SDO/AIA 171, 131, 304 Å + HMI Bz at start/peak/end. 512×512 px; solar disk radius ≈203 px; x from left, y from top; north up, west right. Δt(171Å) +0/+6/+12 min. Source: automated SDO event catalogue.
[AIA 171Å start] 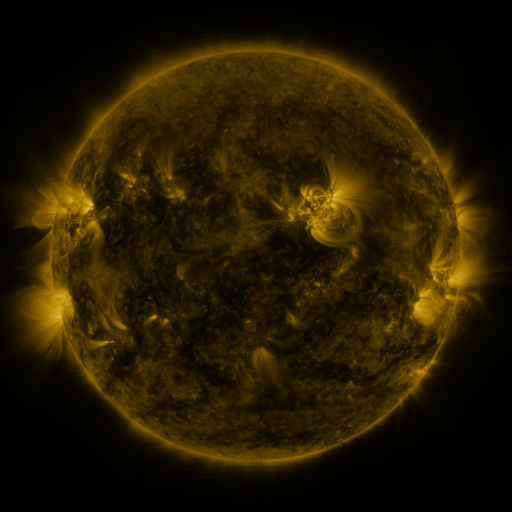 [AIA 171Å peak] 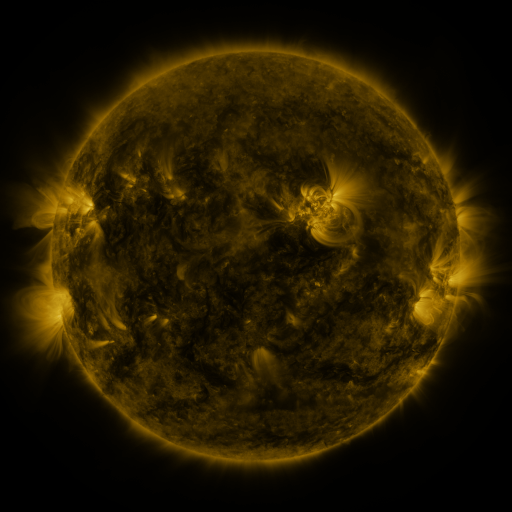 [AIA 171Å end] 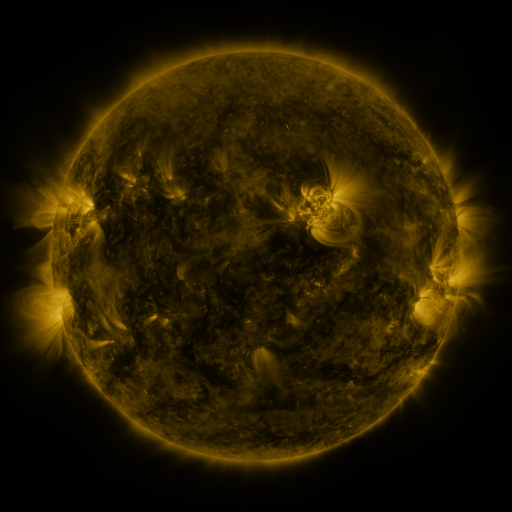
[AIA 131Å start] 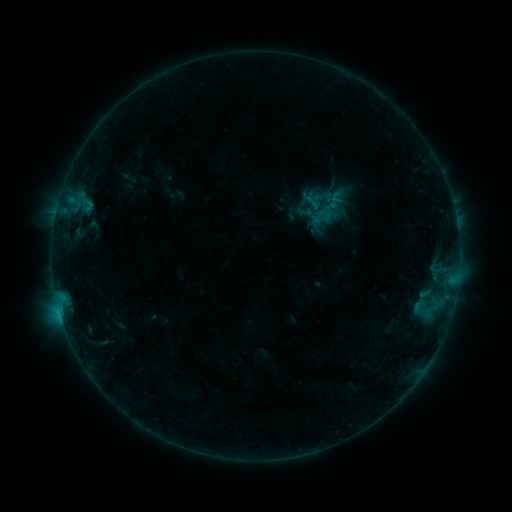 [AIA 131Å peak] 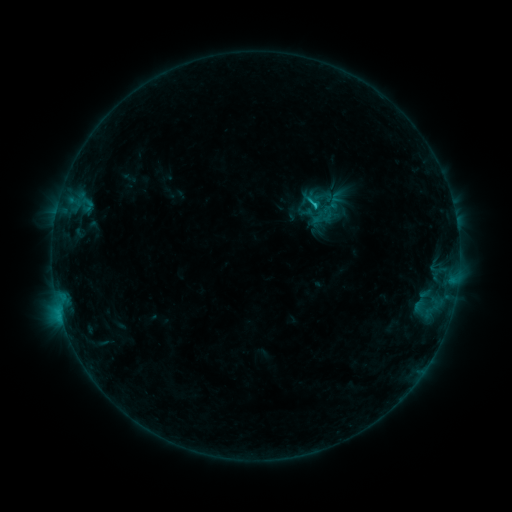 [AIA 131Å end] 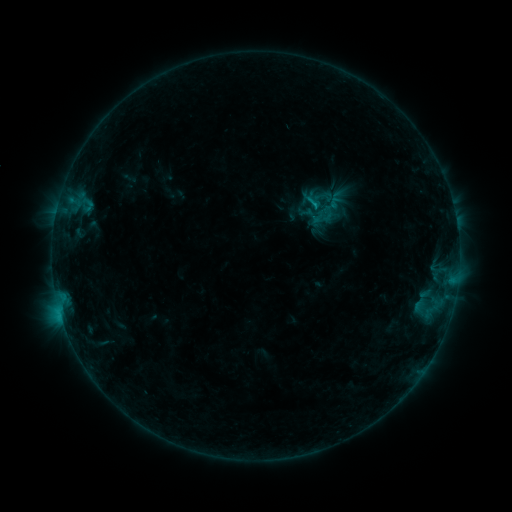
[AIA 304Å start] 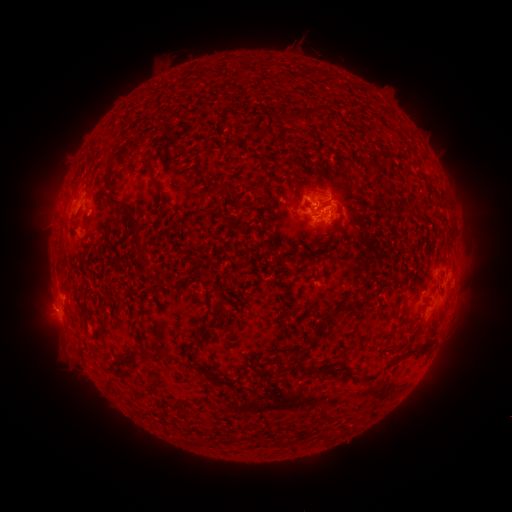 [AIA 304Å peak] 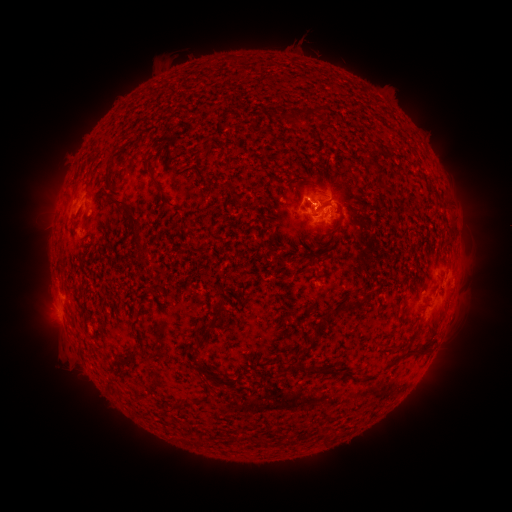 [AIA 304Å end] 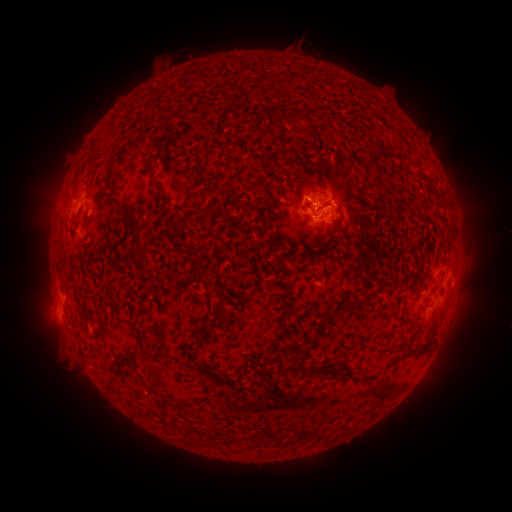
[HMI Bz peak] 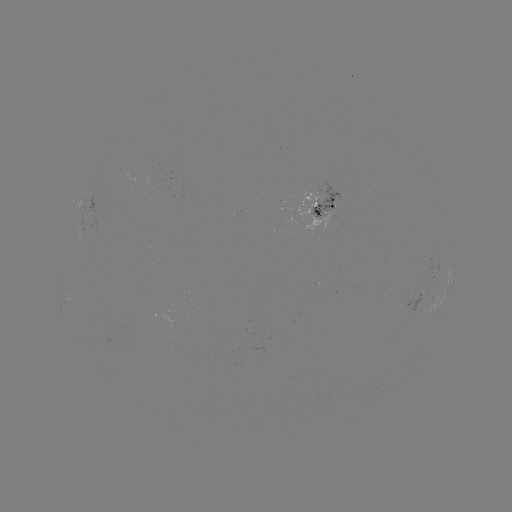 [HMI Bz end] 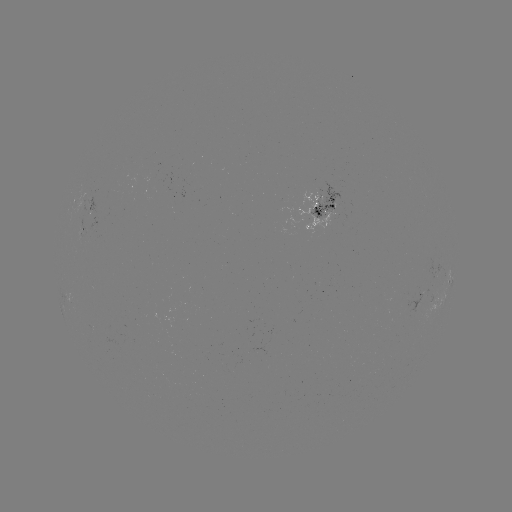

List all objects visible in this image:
B9.4 flare: (314, 209)
